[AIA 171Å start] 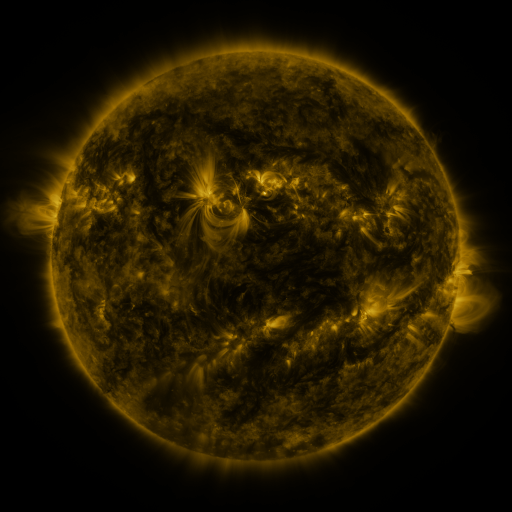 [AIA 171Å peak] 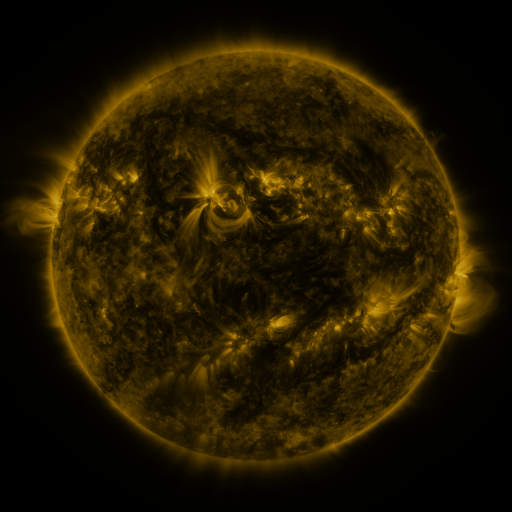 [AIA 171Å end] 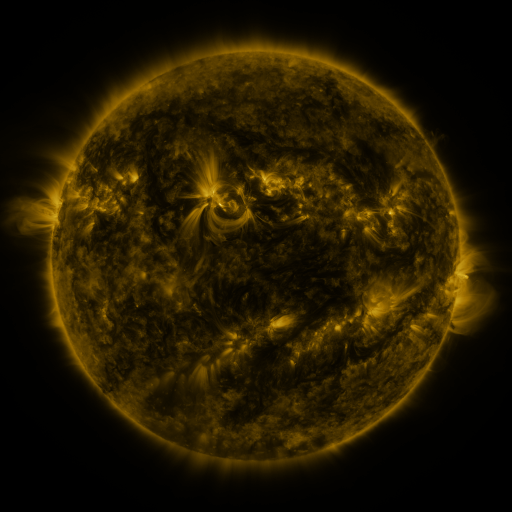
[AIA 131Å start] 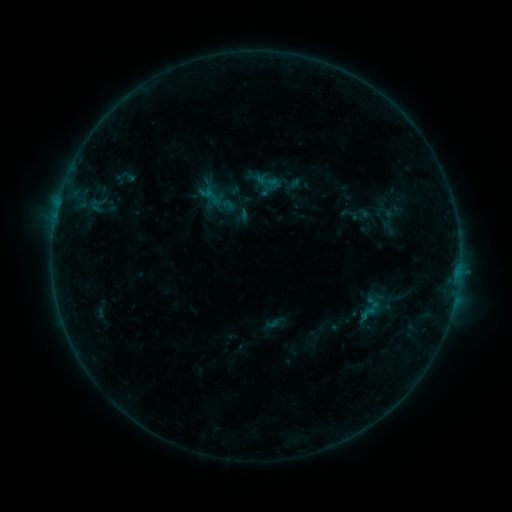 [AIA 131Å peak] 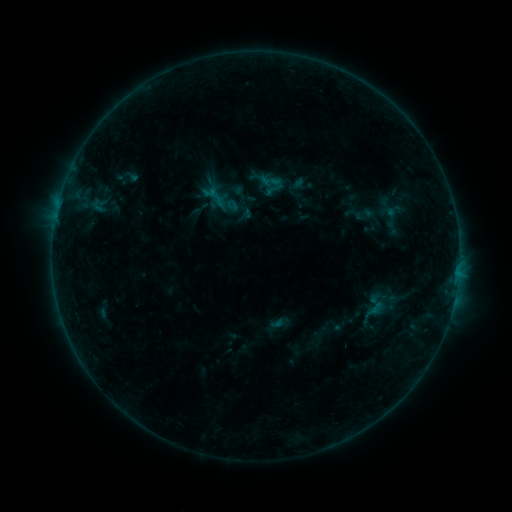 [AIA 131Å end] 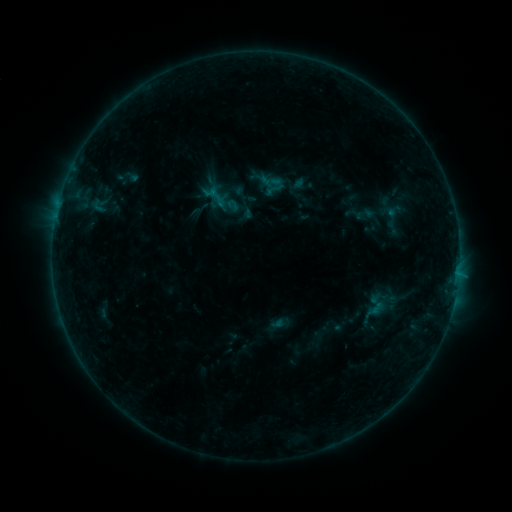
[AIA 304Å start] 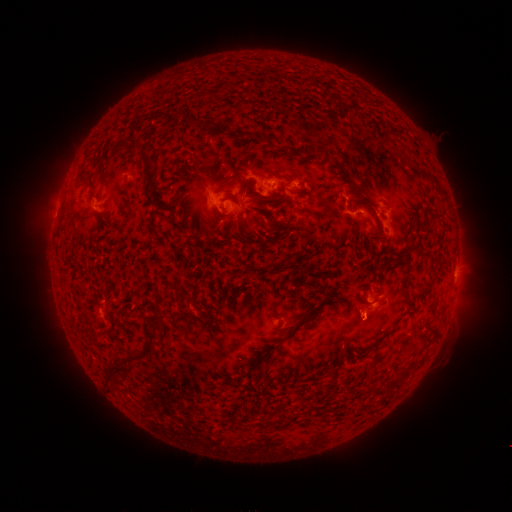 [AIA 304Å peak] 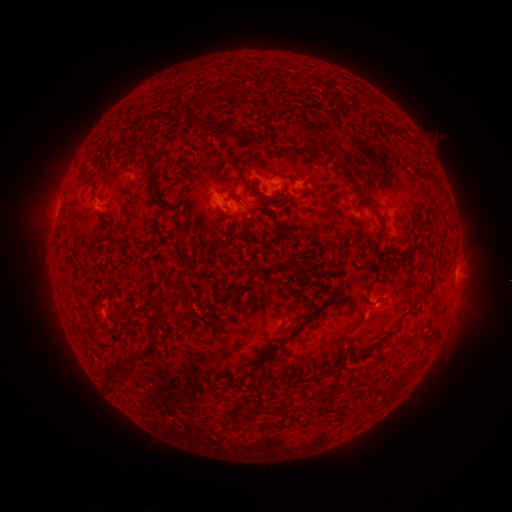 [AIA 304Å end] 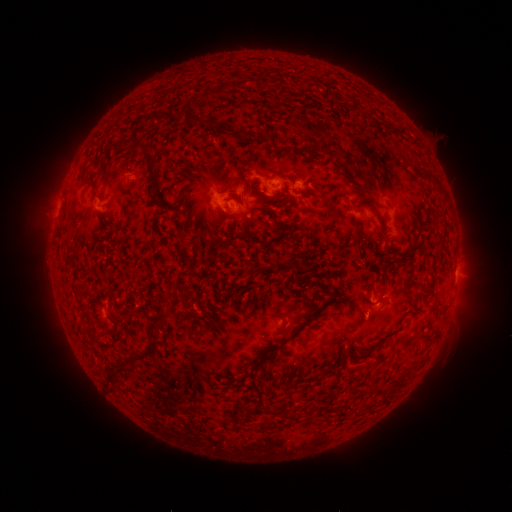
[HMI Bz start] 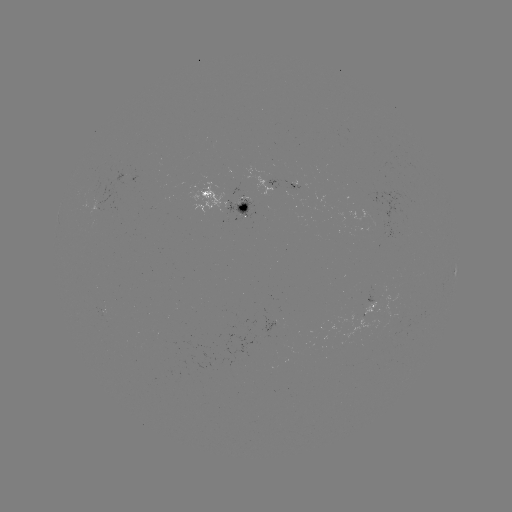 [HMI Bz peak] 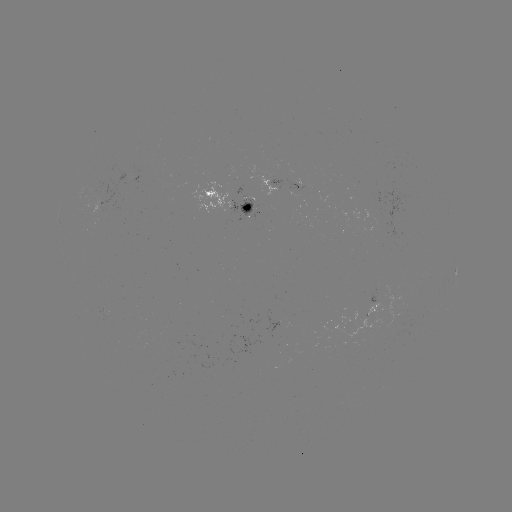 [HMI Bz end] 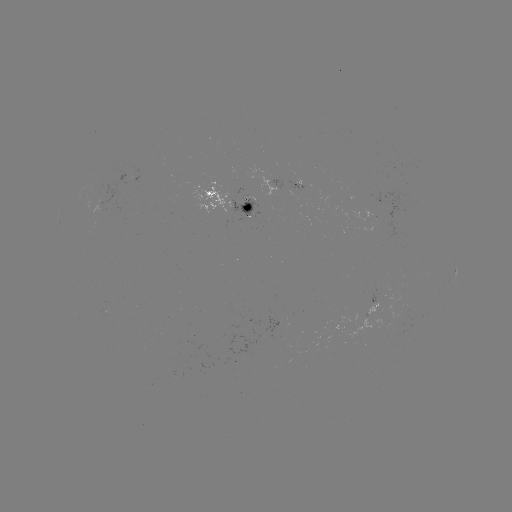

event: emerging-flux region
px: (244, 206)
